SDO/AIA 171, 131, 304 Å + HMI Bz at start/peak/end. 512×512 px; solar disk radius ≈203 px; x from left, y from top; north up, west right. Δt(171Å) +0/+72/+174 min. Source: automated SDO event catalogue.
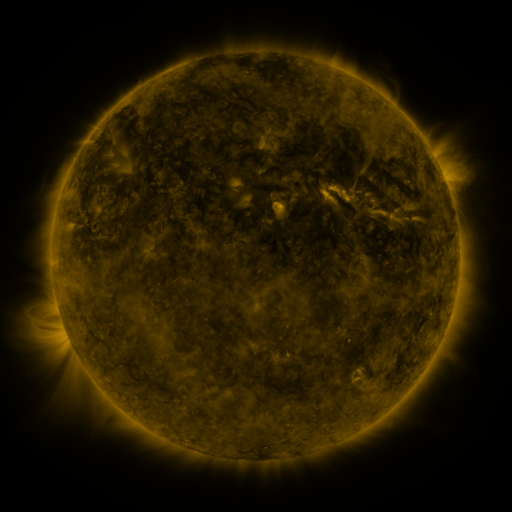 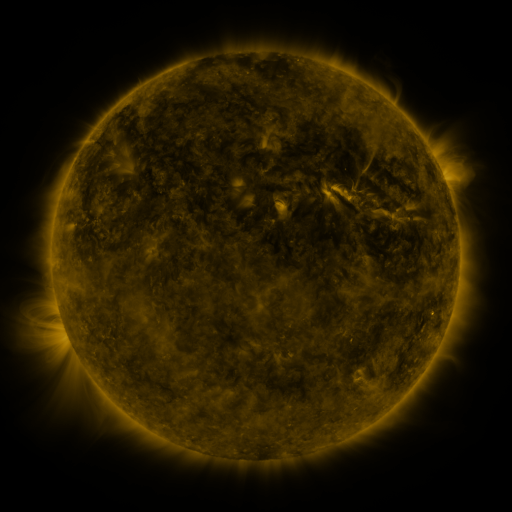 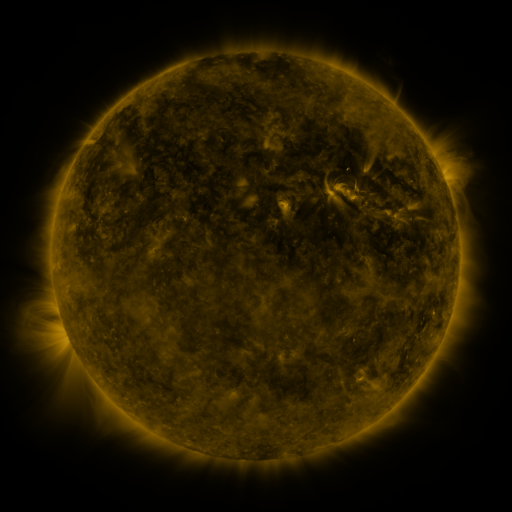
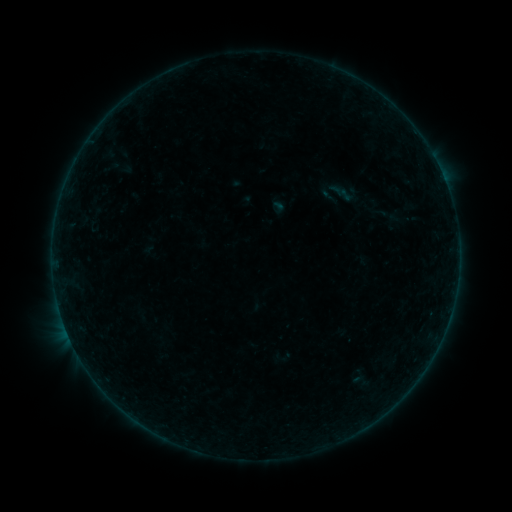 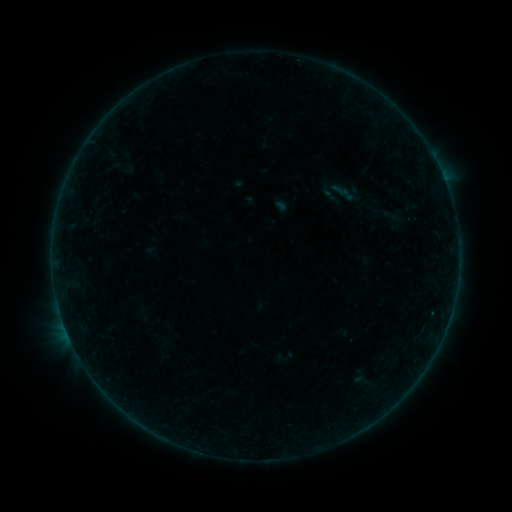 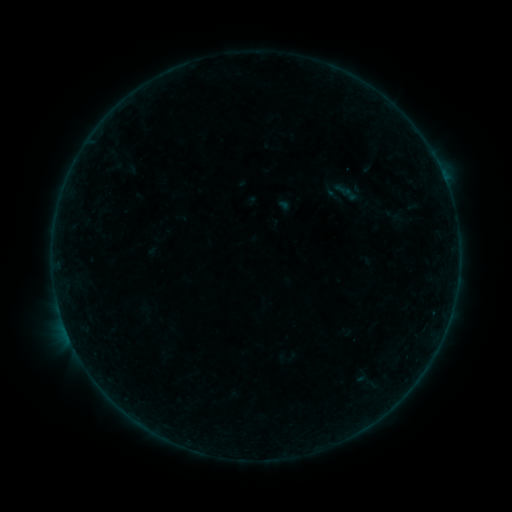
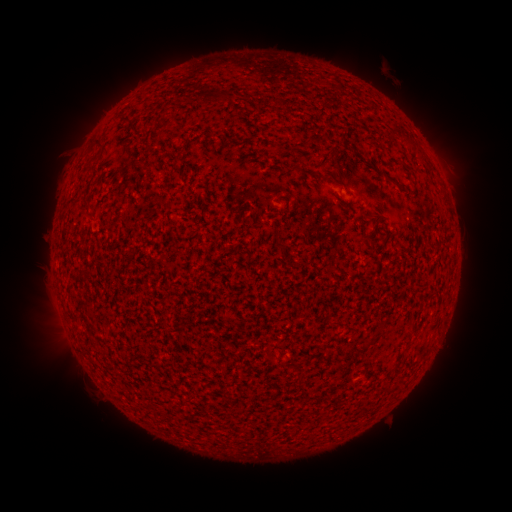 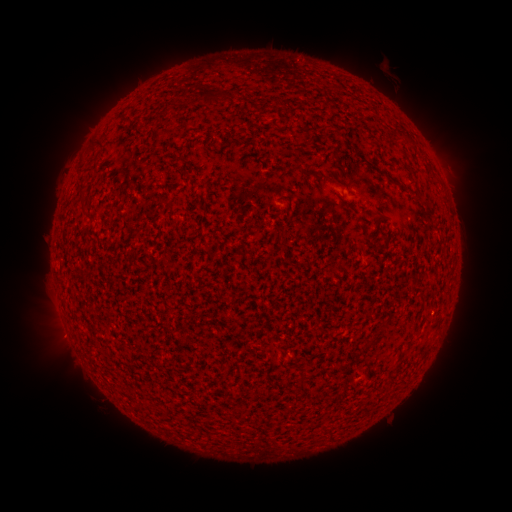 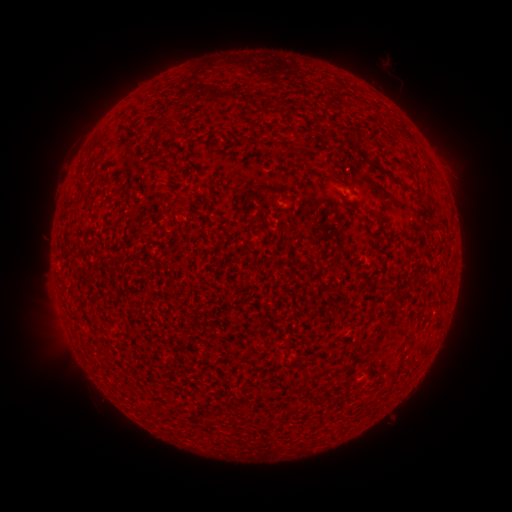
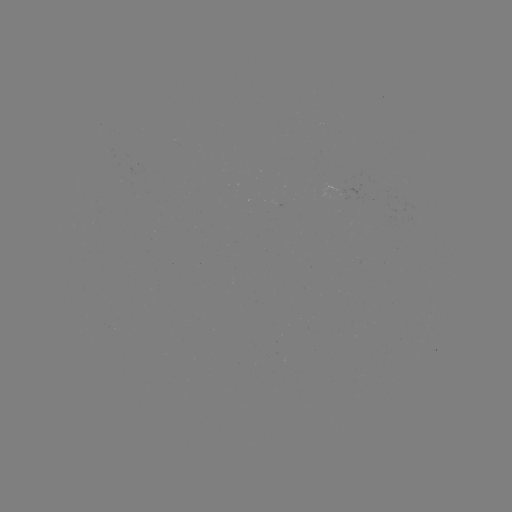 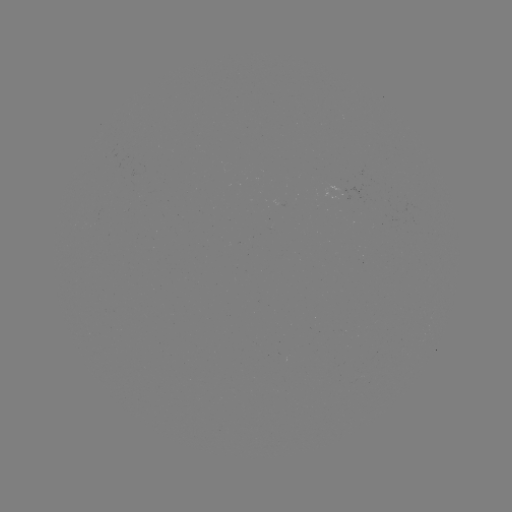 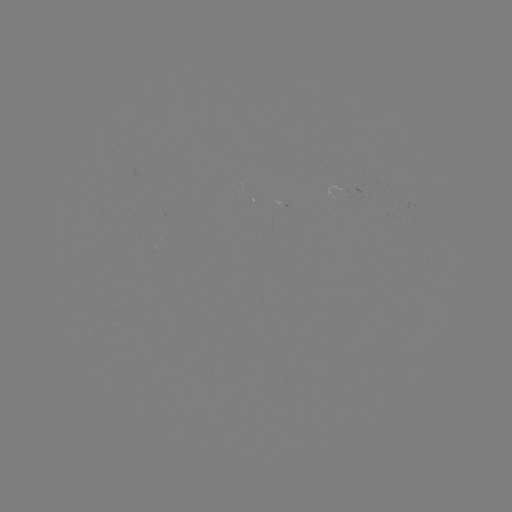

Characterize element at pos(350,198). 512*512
B1.2 flare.